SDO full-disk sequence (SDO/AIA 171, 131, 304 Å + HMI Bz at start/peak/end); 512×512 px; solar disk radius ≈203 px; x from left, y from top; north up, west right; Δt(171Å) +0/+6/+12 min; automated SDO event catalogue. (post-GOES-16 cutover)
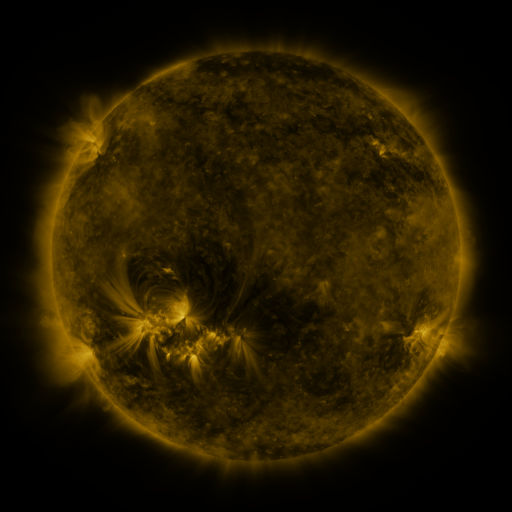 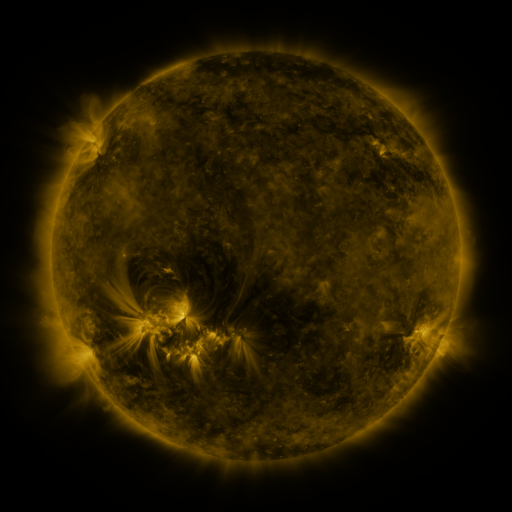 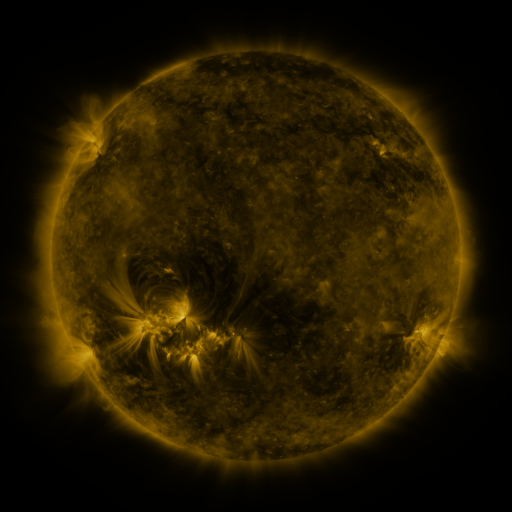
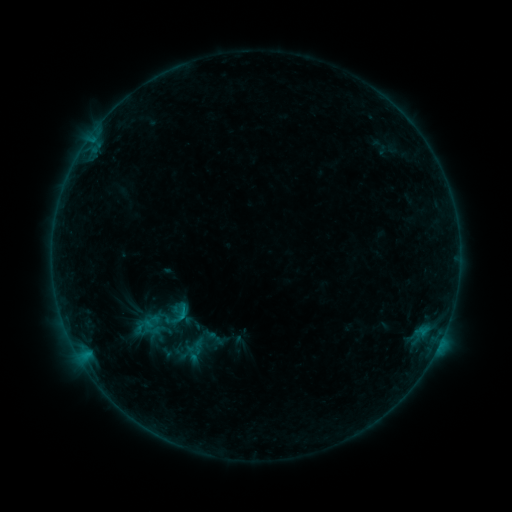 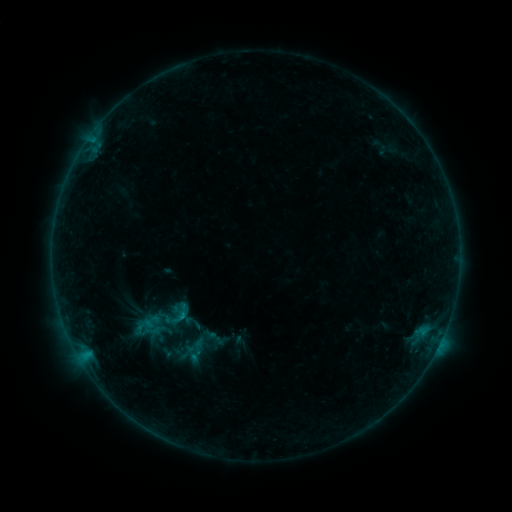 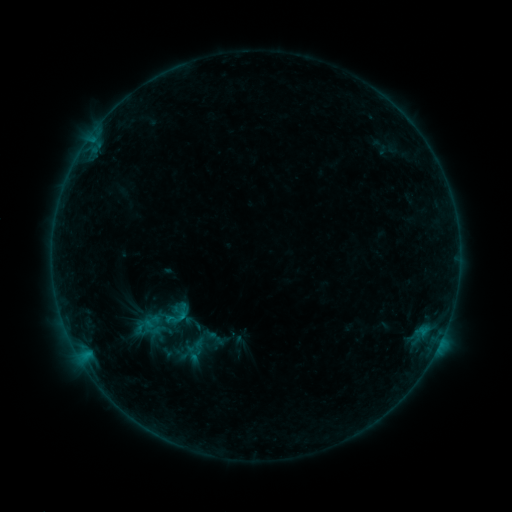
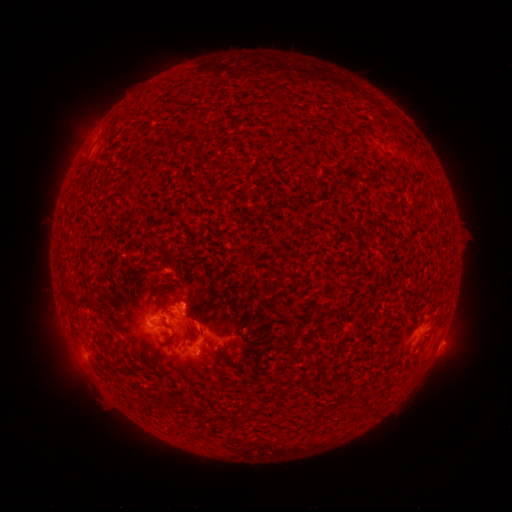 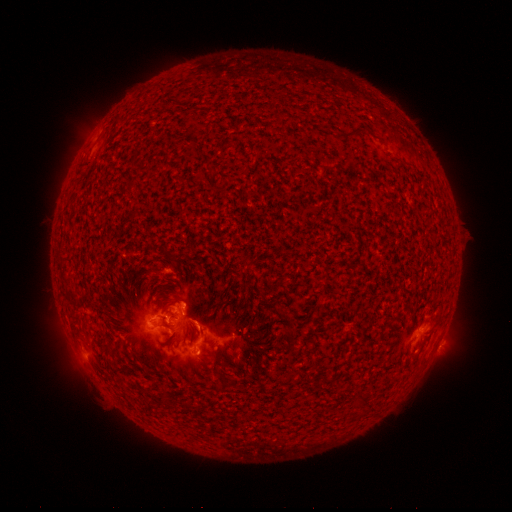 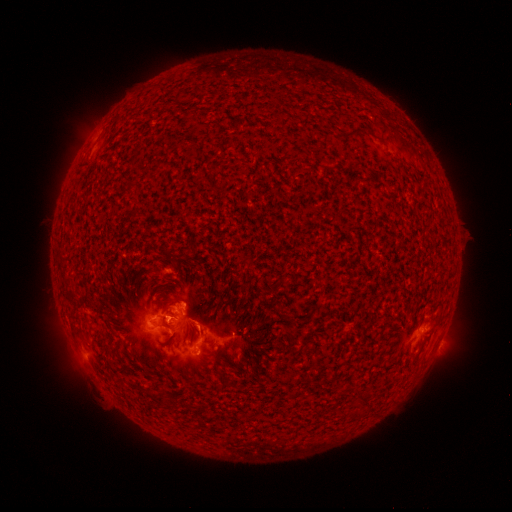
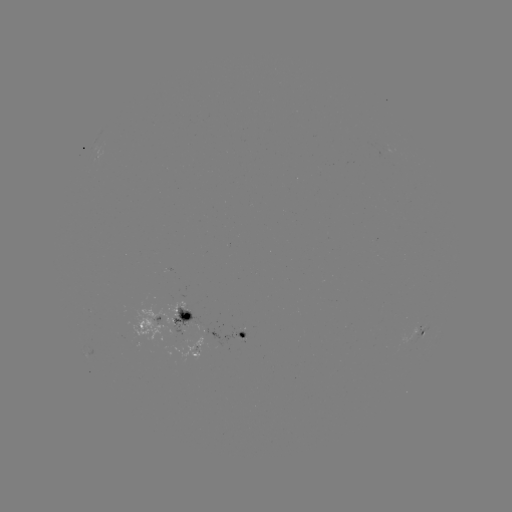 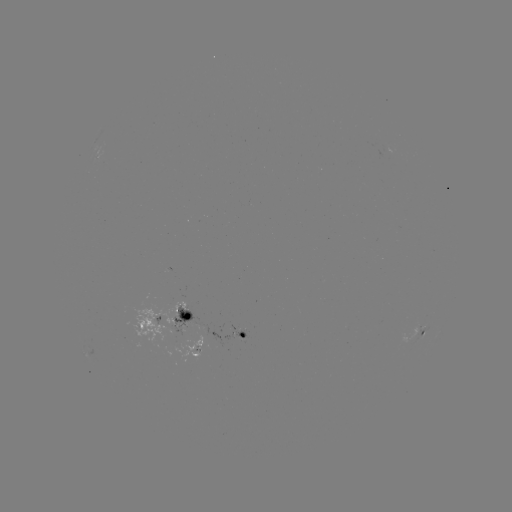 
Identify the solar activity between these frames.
B6.2 flare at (170, 315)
